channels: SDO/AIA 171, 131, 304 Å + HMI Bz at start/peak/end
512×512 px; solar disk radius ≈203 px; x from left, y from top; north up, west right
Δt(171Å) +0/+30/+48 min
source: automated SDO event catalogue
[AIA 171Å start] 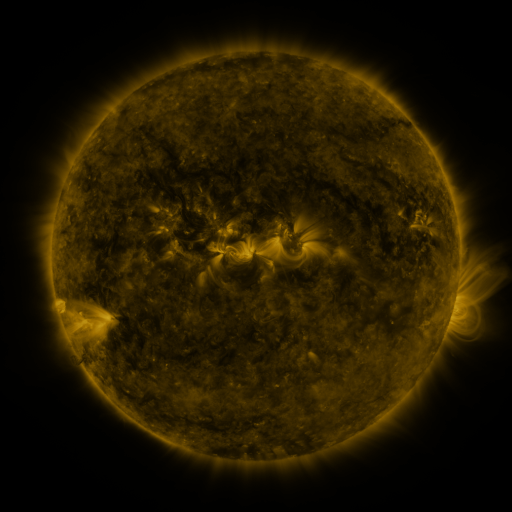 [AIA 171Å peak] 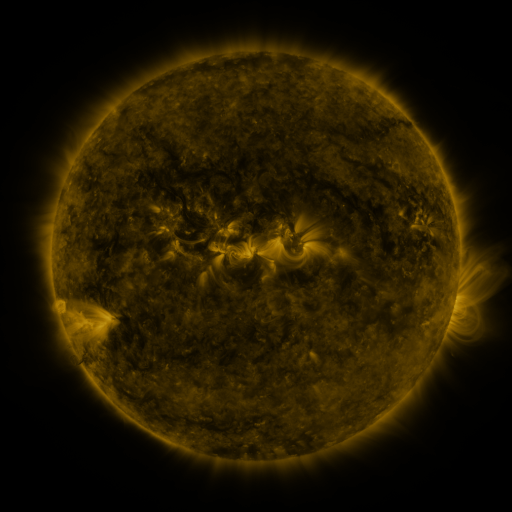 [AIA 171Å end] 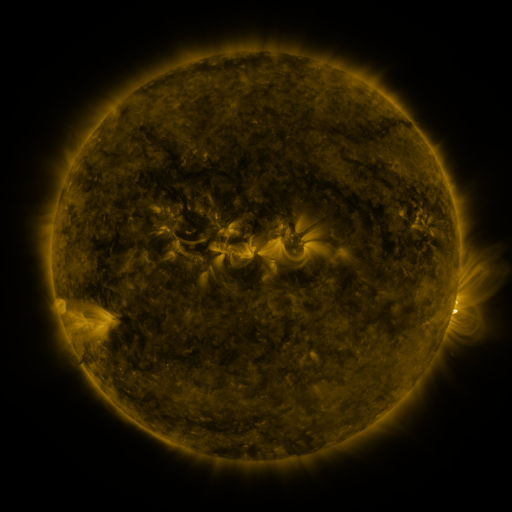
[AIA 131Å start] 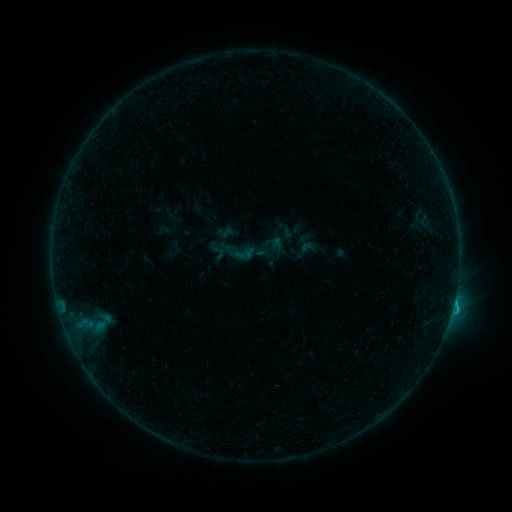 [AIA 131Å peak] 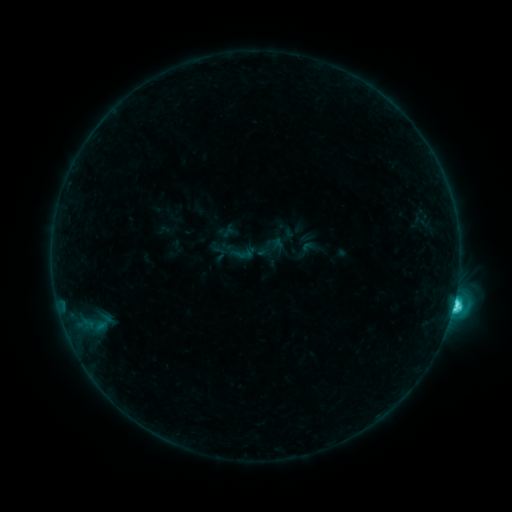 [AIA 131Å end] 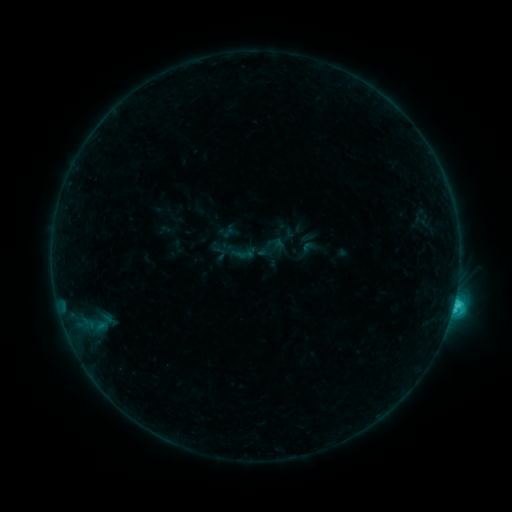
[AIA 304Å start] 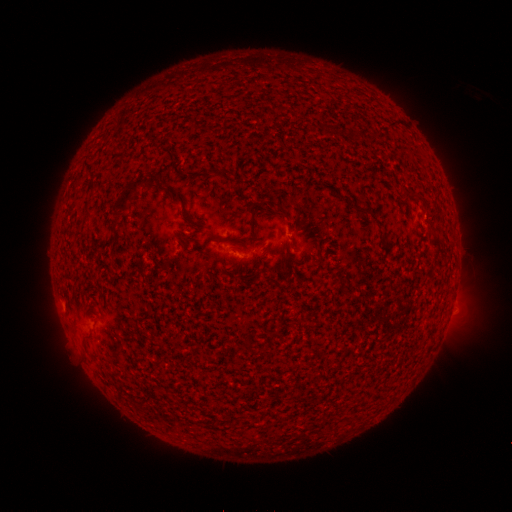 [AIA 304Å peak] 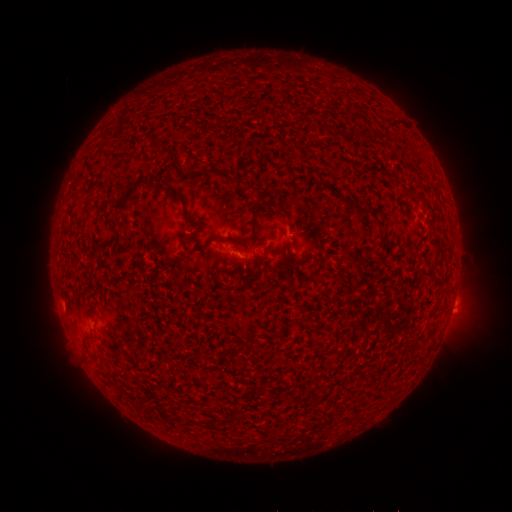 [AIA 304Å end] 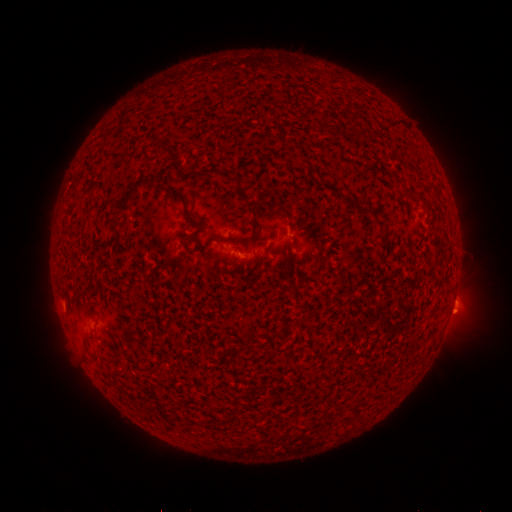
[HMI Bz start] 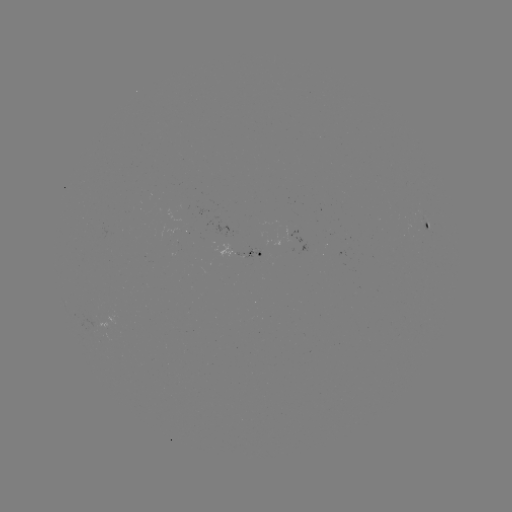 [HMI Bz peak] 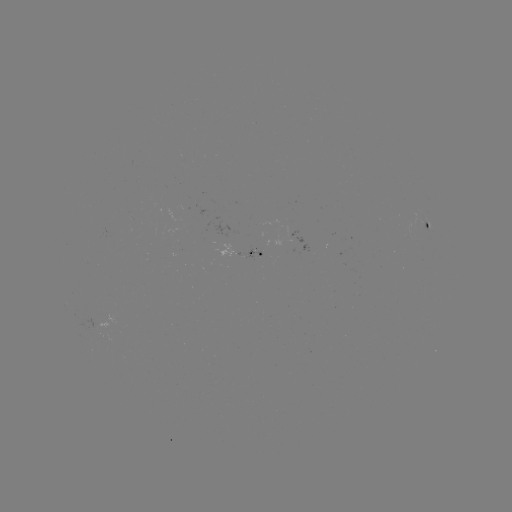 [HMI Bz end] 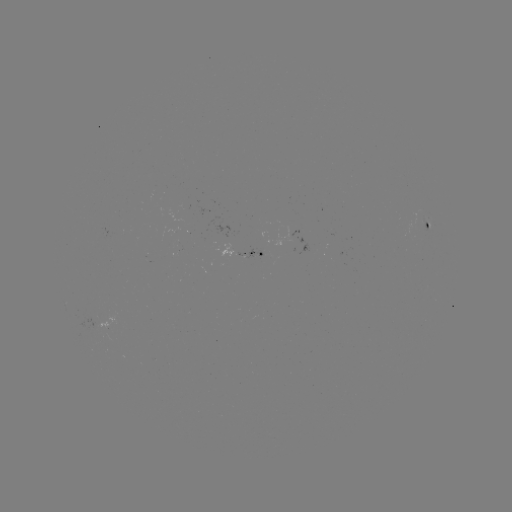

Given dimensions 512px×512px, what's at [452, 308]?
C4.2 flare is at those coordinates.